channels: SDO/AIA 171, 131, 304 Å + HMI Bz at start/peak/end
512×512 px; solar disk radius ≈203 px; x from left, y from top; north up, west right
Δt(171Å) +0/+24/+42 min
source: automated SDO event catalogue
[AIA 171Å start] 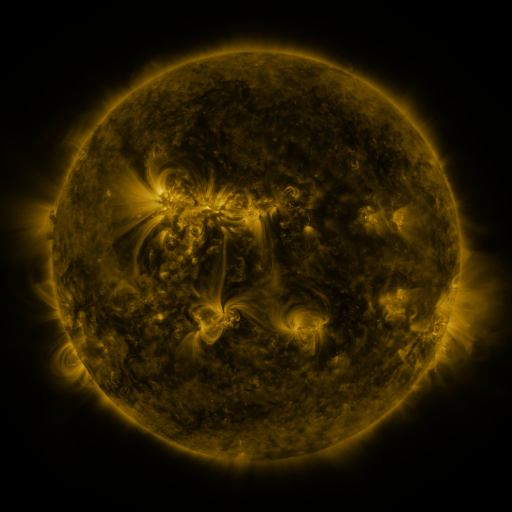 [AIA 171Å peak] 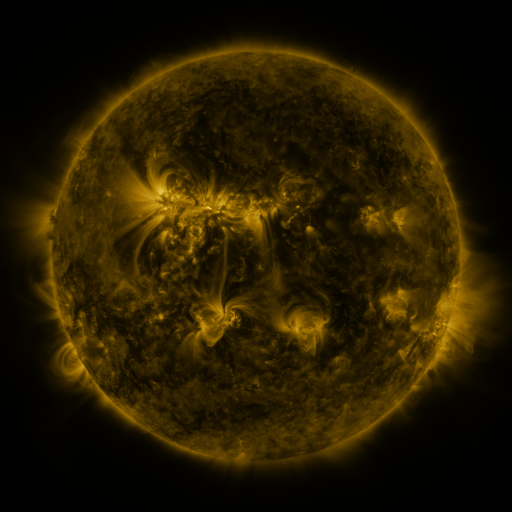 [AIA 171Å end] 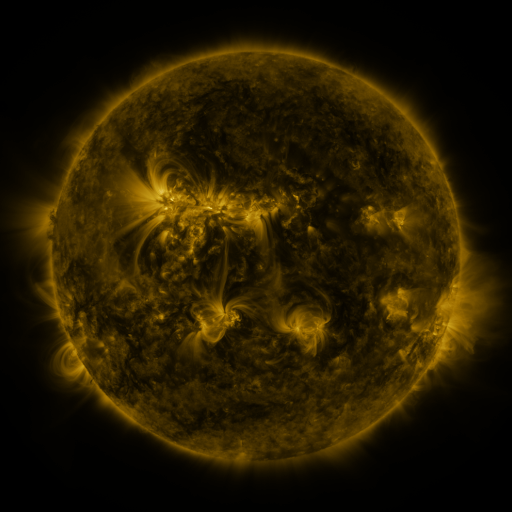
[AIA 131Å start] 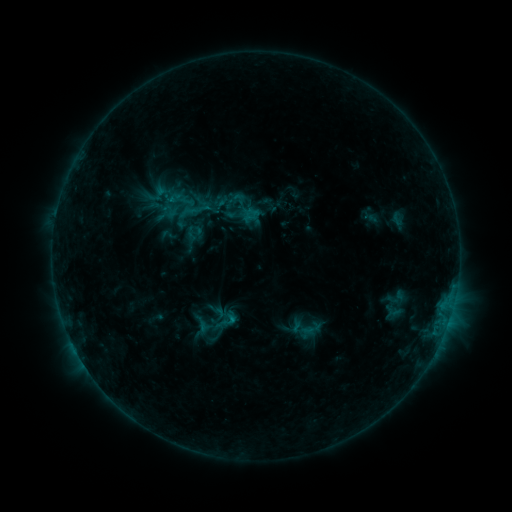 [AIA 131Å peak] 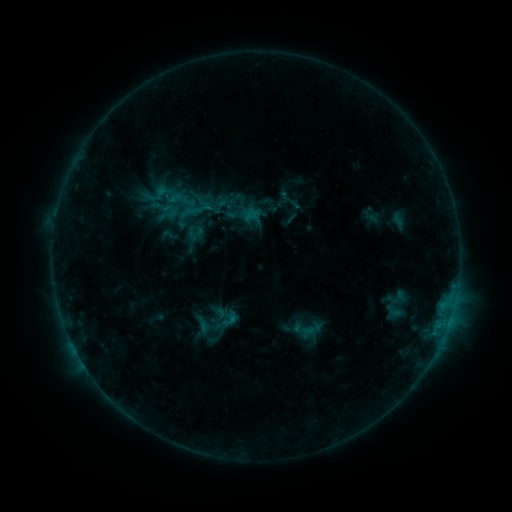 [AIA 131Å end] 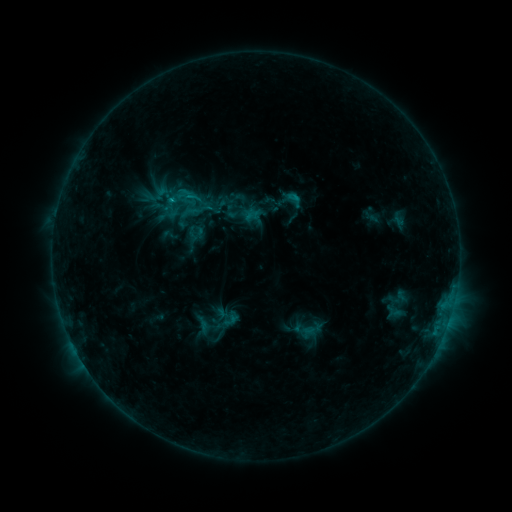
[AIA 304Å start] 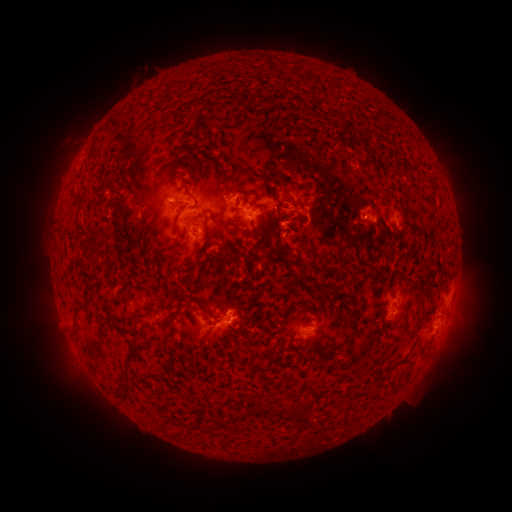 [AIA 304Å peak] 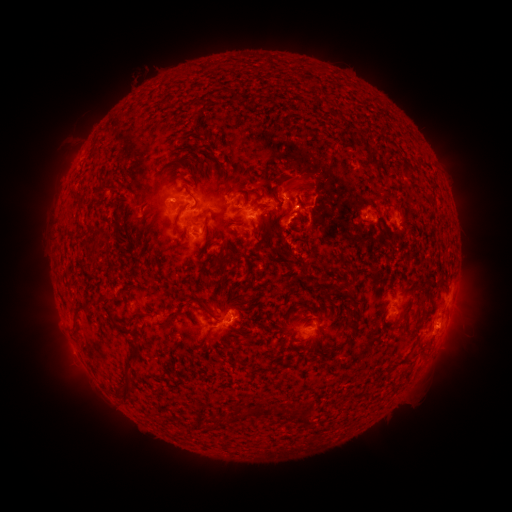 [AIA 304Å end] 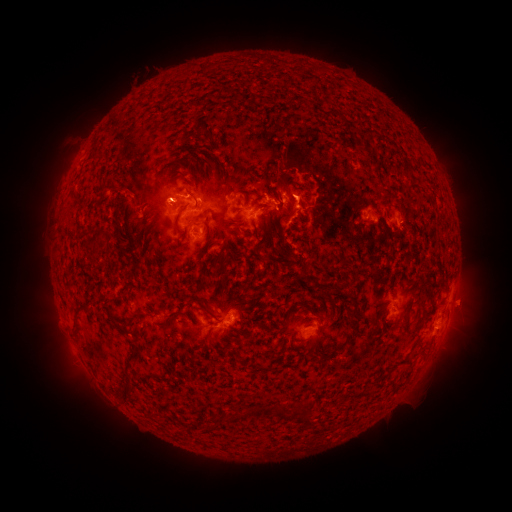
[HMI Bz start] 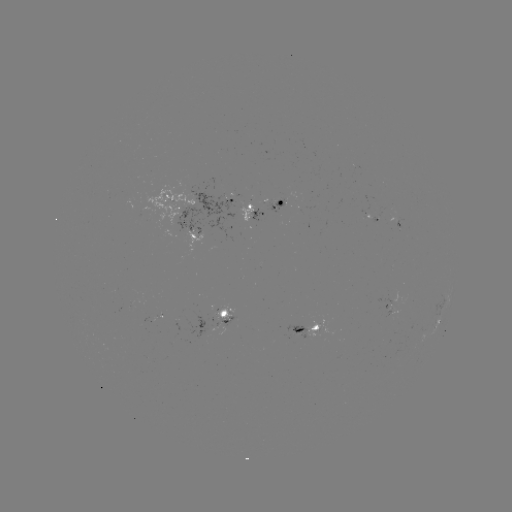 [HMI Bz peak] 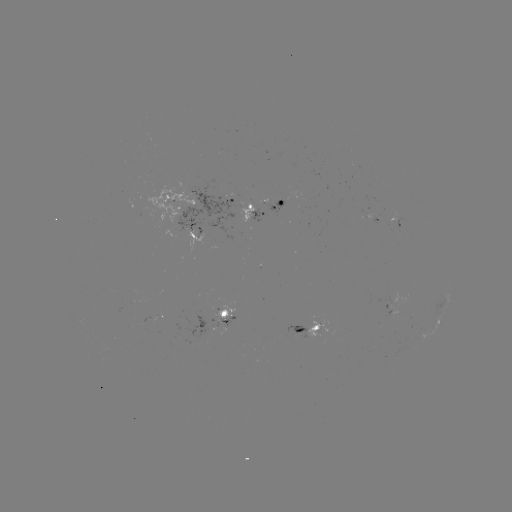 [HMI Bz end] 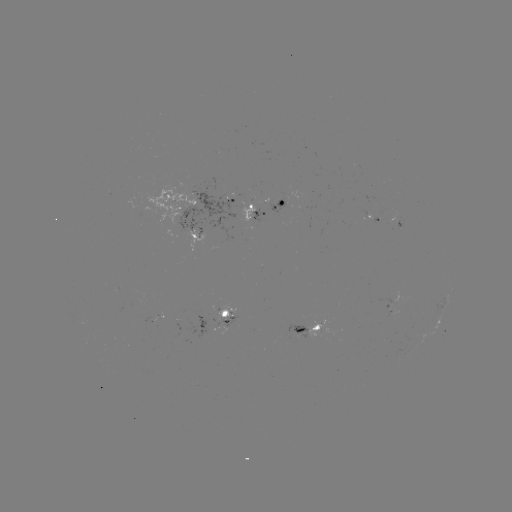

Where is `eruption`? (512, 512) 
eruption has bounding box [259, 132, 353, 246].